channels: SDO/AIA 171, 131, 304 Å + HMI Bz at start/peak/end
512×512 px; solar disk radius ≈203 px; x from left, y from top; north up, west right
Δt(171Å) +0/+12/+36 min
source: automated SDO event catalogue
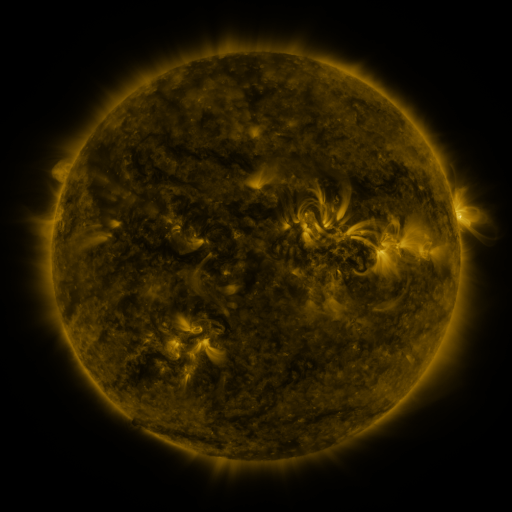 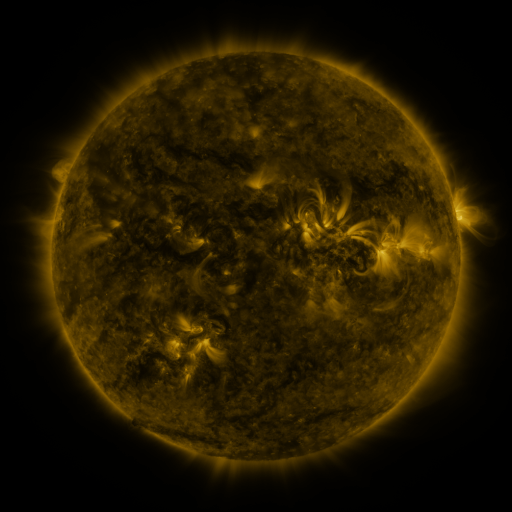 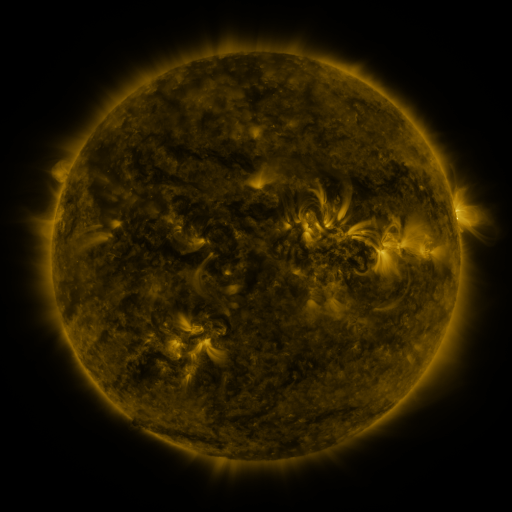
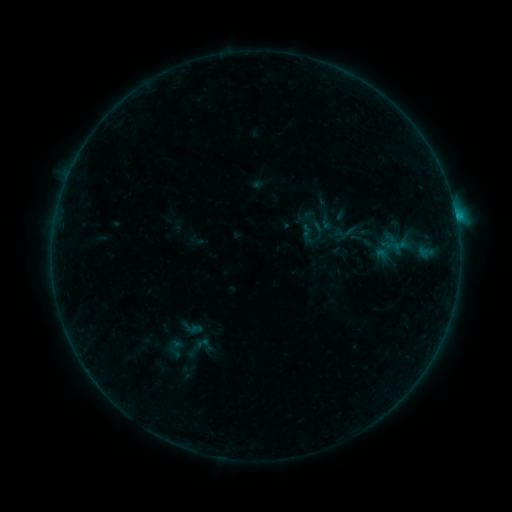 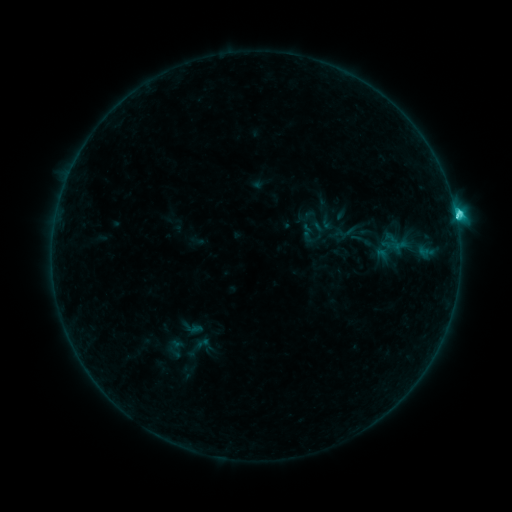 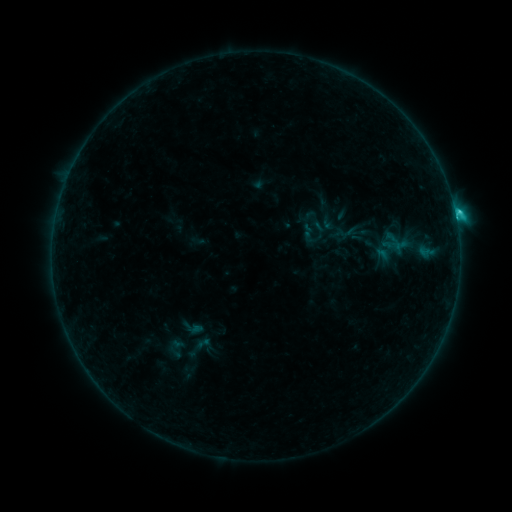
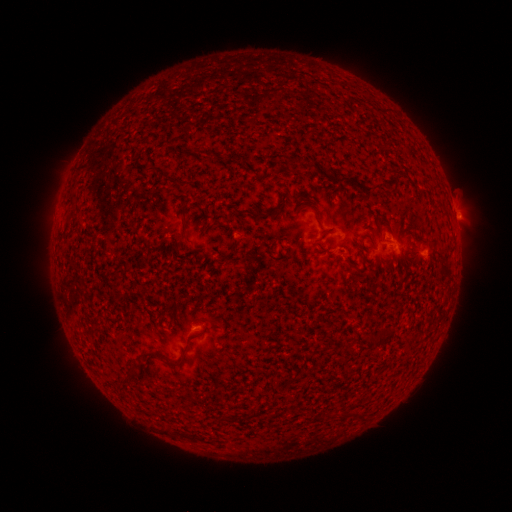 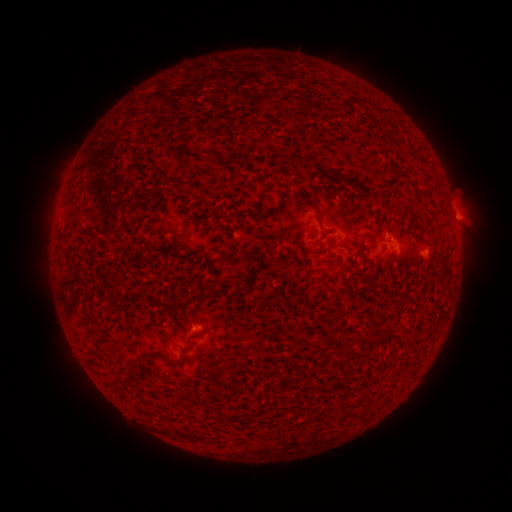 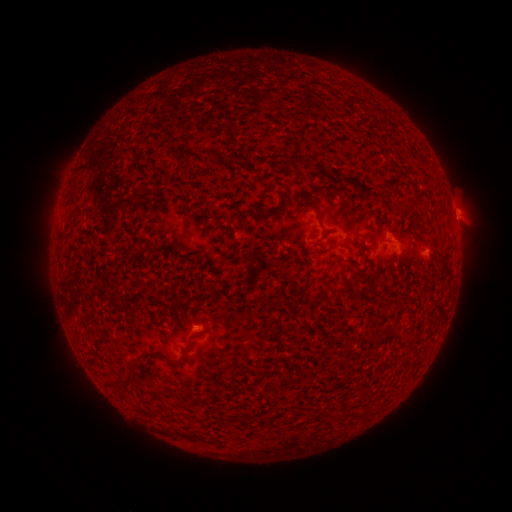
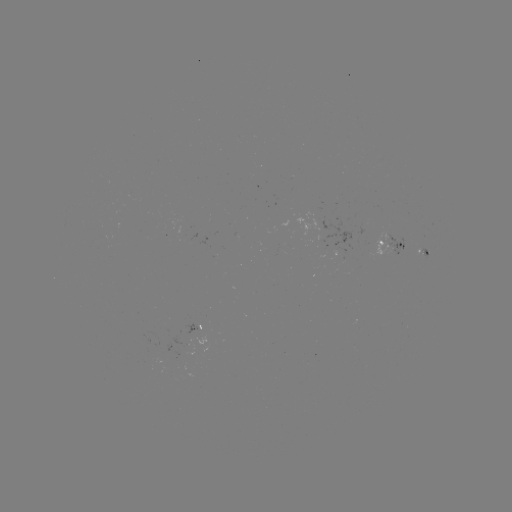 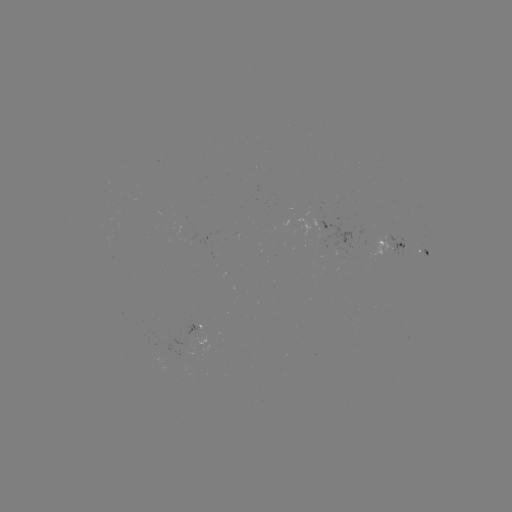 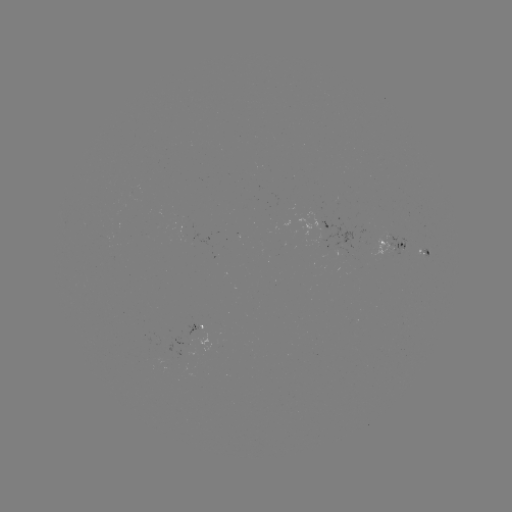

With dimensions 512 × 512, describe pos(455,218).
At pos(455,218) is C2.6 flare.